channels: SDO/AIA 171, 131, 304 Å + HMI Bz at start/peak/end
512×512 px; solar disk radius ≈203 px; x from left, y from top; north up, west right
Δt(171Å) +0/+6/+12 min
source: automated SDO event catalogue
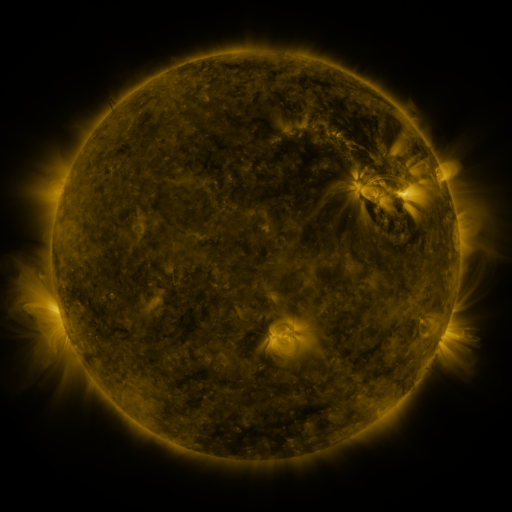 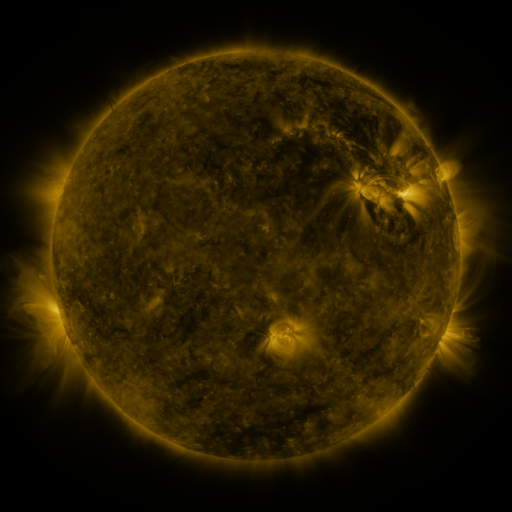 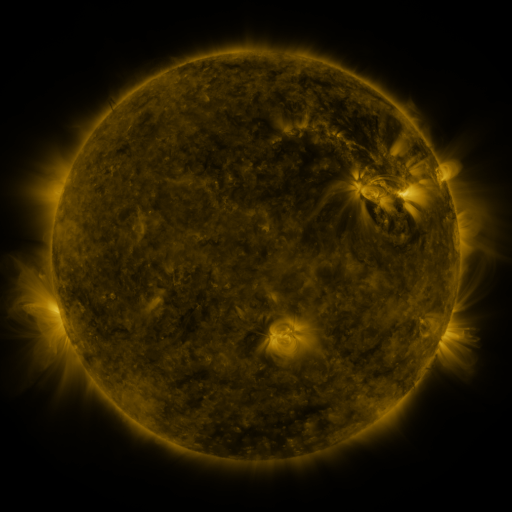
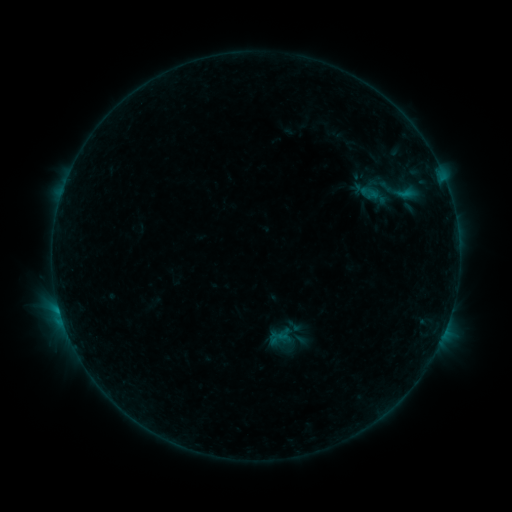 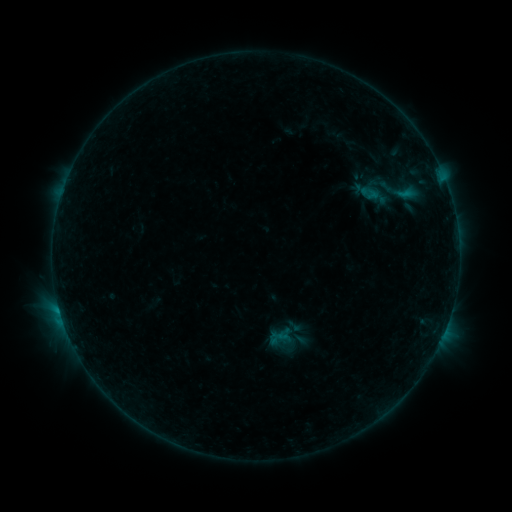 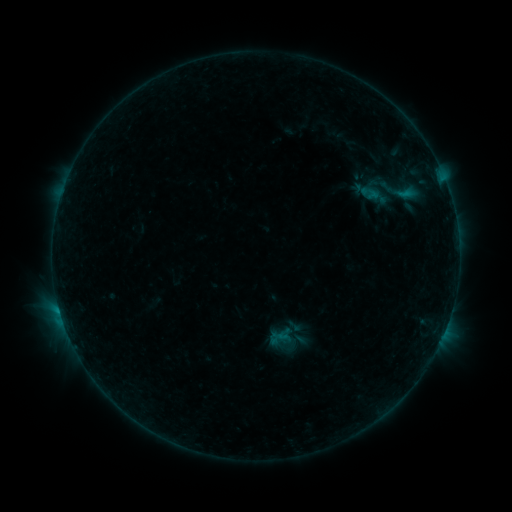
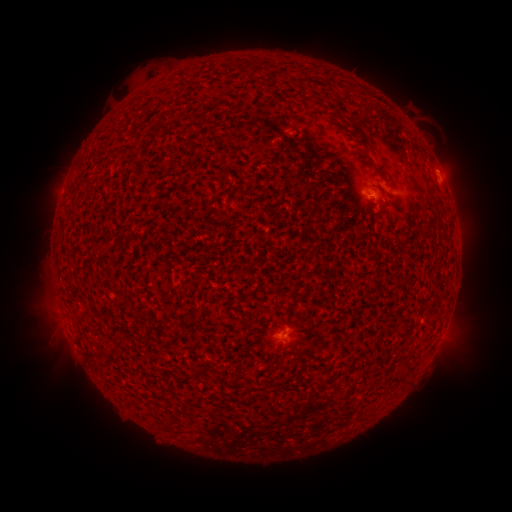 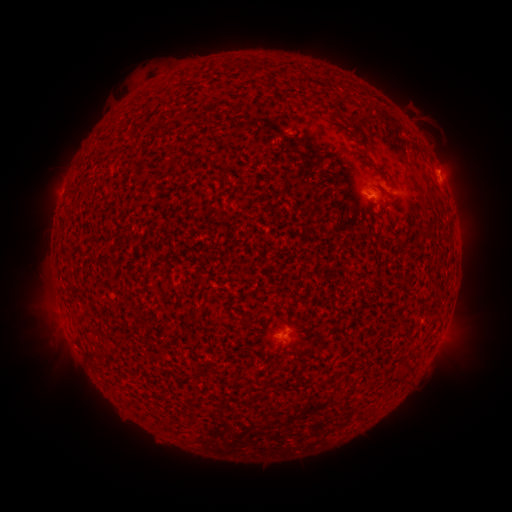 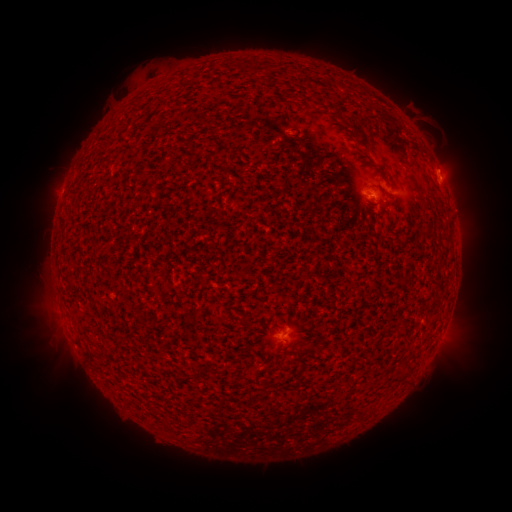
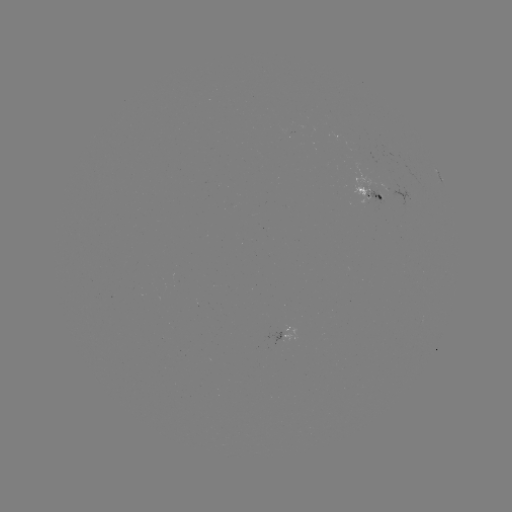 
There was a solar eruption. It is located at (448, 164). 